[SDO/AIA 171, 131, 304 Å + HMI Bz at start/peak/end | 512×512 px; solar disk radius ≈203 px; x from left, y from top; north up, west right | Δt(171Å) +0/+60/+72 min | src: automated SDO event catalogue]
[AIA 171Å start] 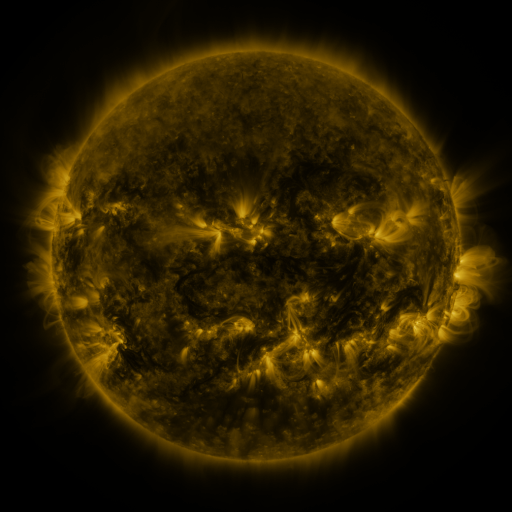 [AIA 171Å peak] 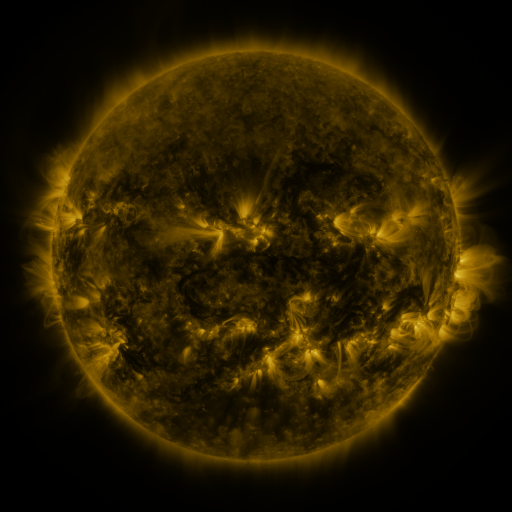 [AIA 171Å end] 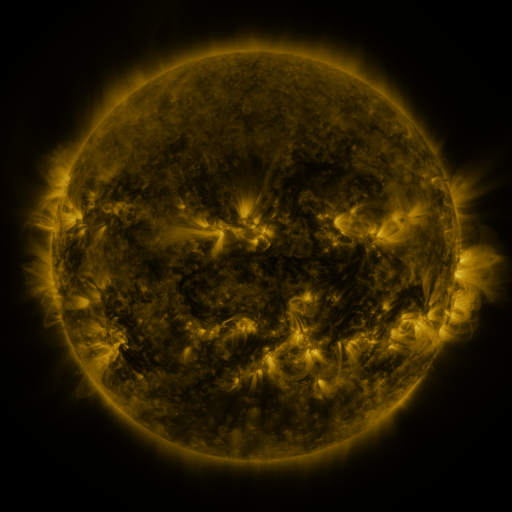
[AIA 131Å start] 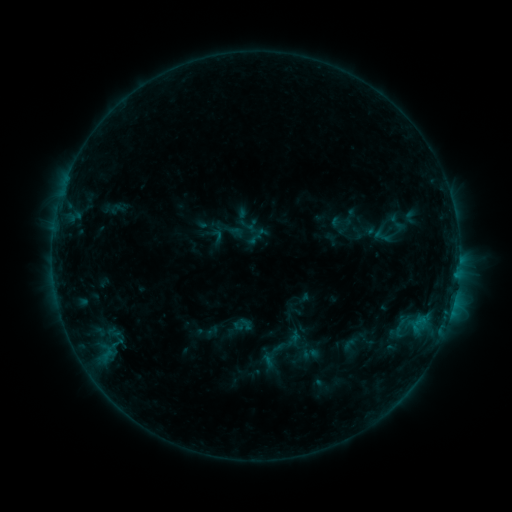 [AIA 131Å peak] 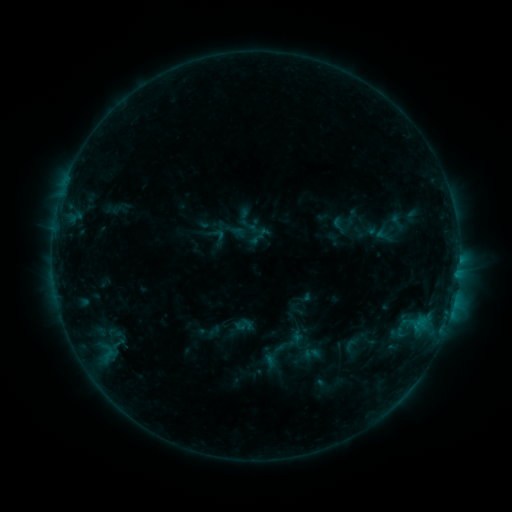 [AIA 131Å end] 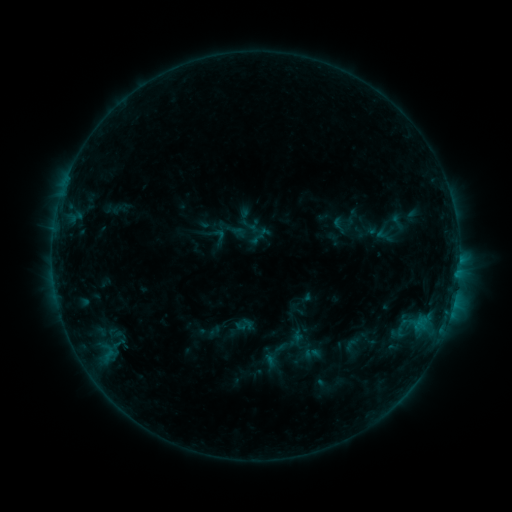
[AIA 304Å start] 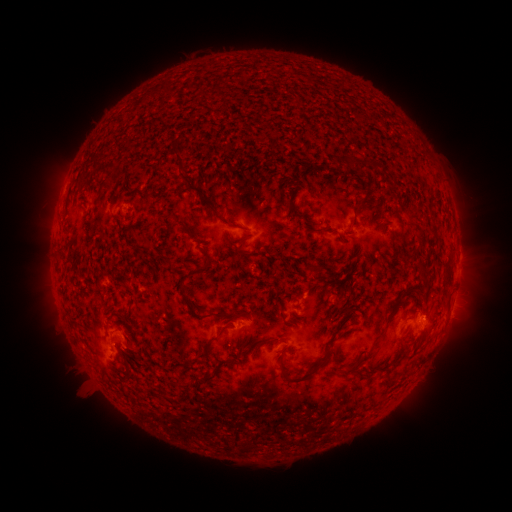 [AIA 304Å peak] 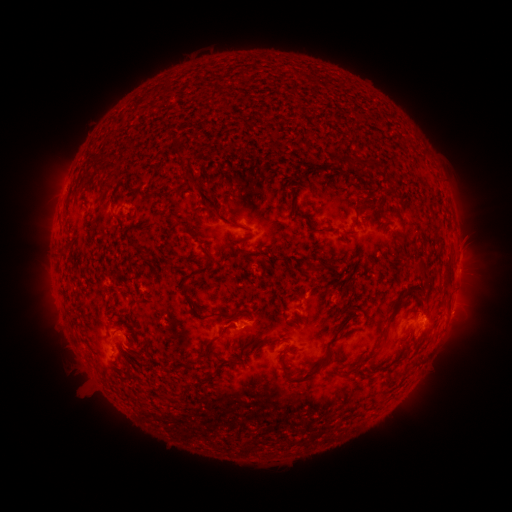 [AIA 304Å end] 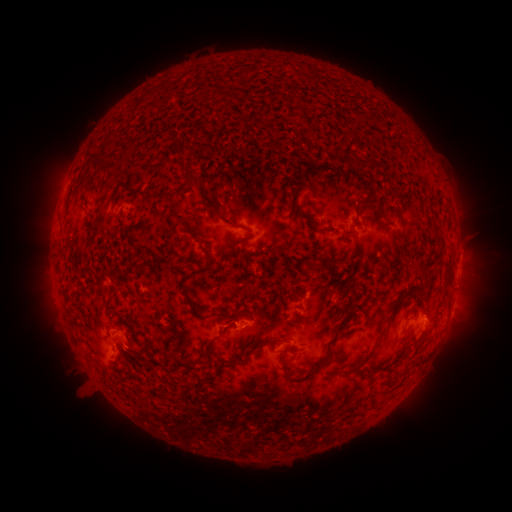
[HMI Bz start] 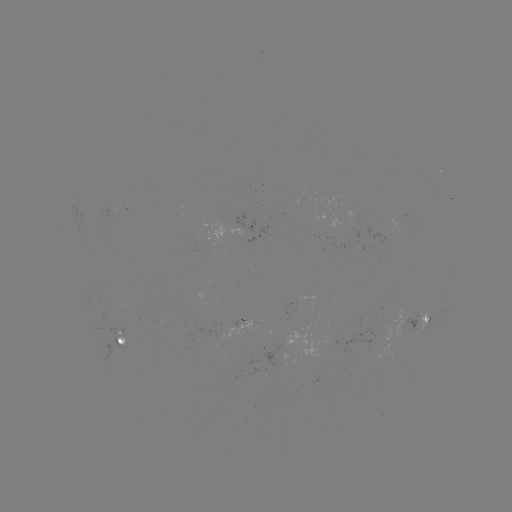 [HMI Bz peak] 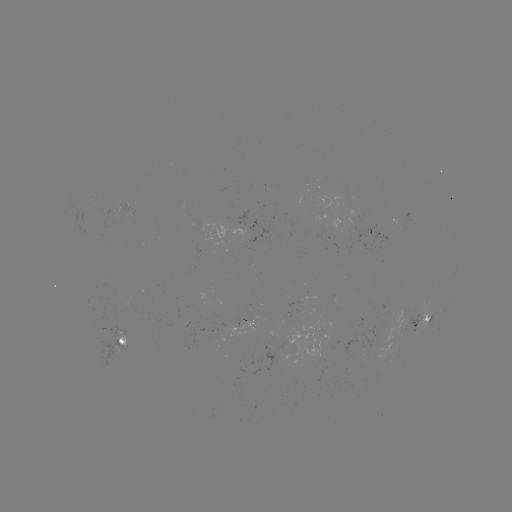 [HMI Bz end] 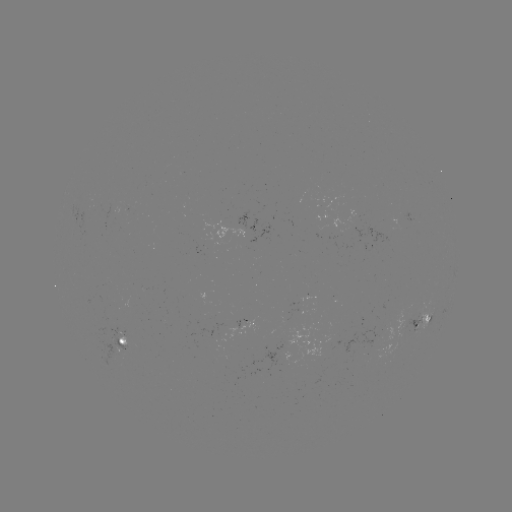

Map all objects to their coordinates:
emerging-flux region: (86, 210)
